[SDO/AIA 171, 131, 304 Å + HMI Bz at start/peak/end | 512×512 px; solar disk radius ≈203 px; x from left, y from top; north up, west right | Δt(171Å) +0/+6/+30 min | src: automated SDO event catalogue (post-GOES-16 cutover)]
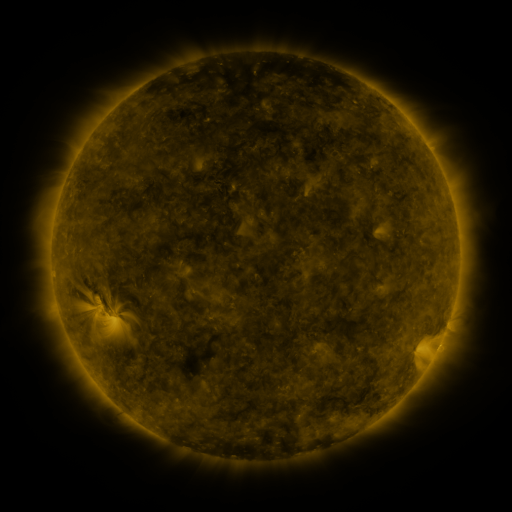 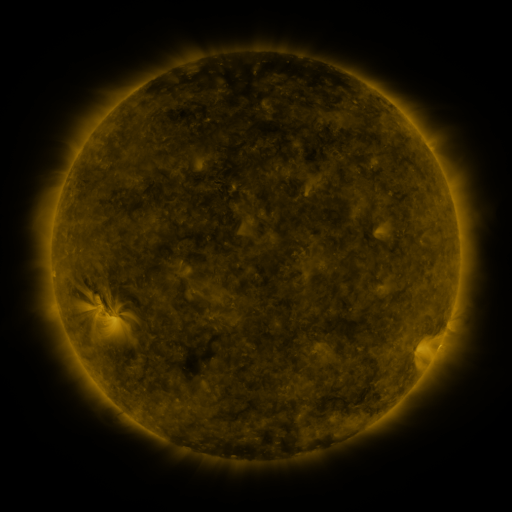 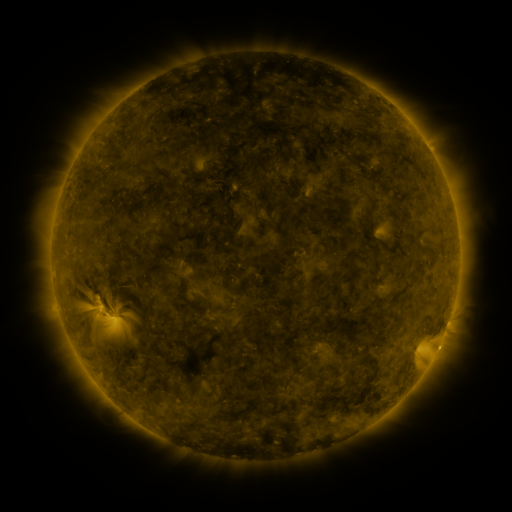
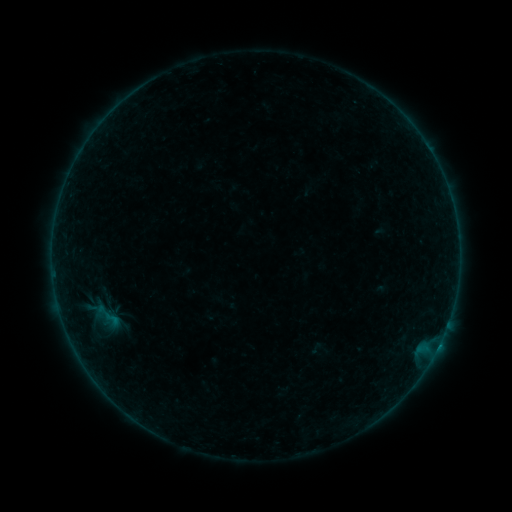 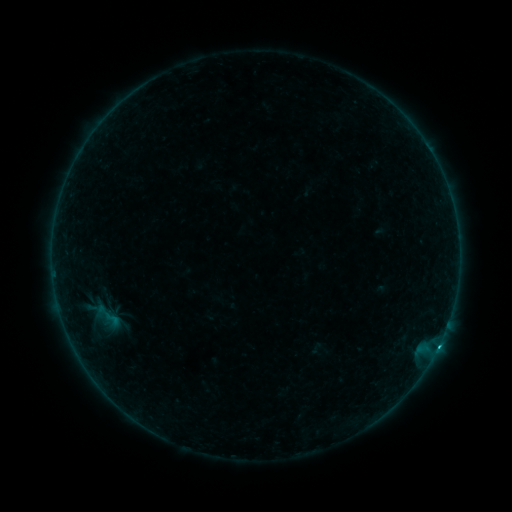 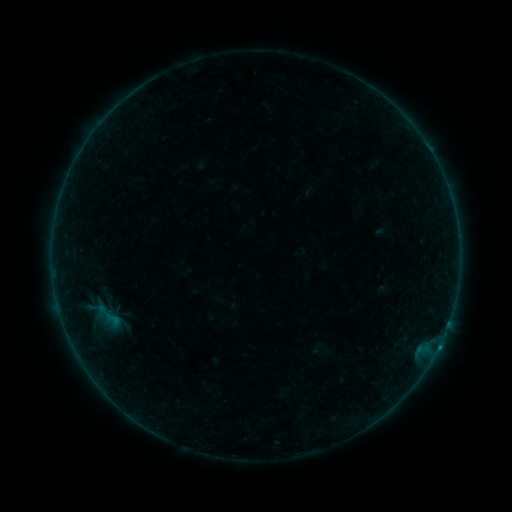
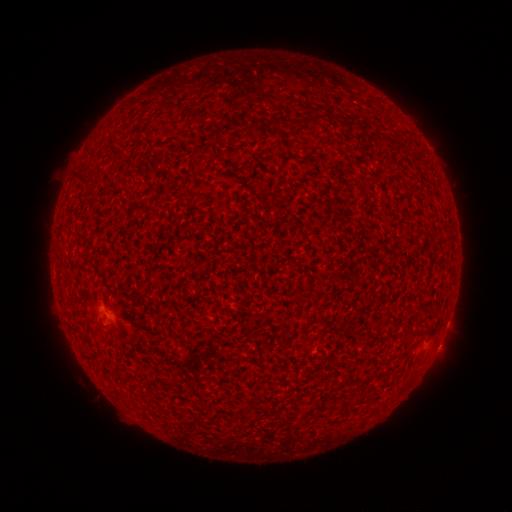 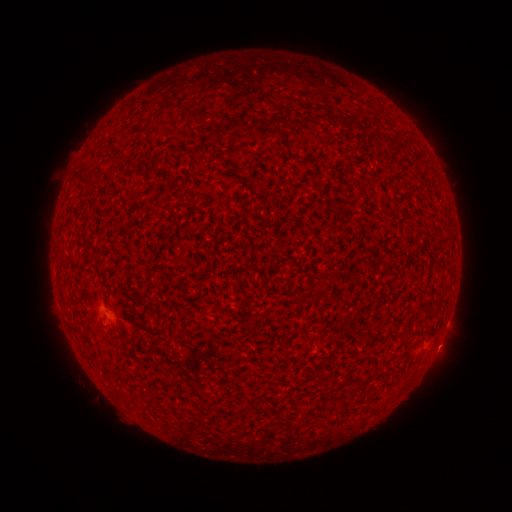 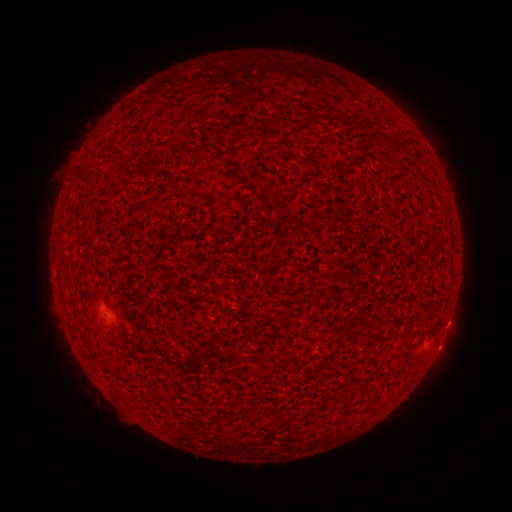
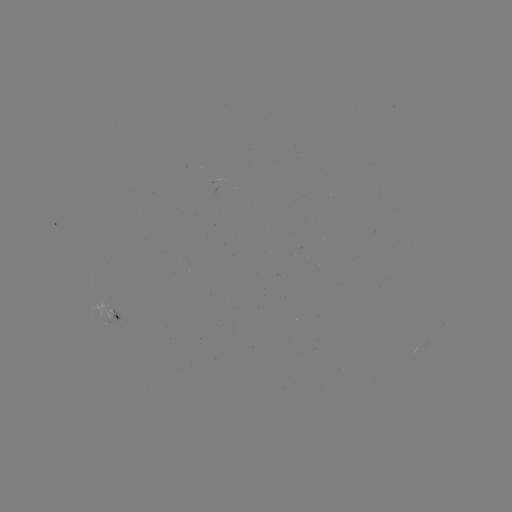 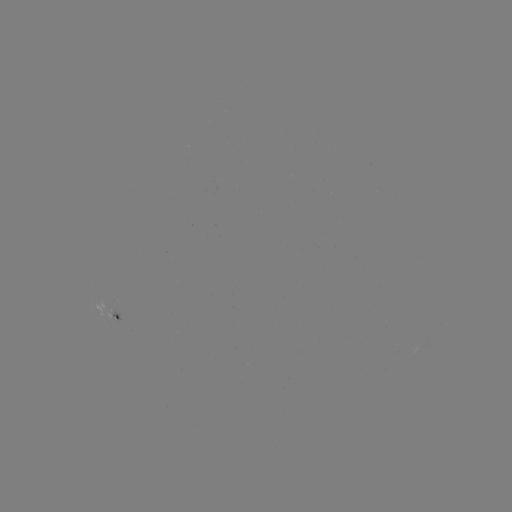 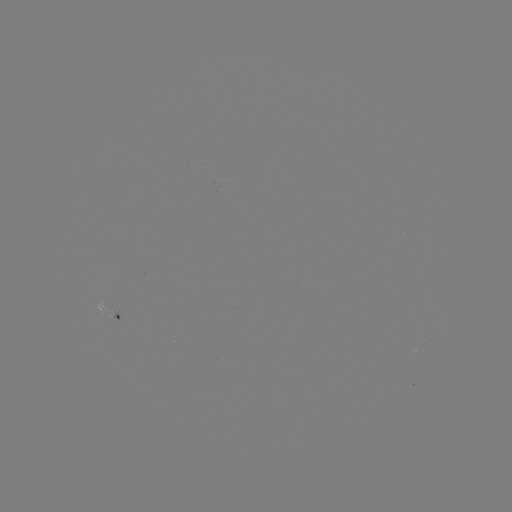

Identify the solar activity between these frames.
C1.5 flare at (438, 345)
